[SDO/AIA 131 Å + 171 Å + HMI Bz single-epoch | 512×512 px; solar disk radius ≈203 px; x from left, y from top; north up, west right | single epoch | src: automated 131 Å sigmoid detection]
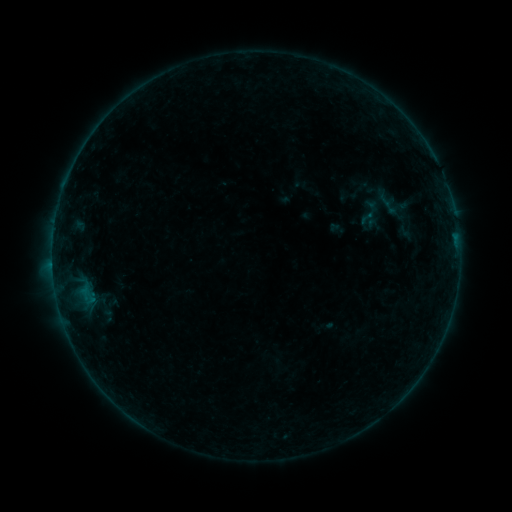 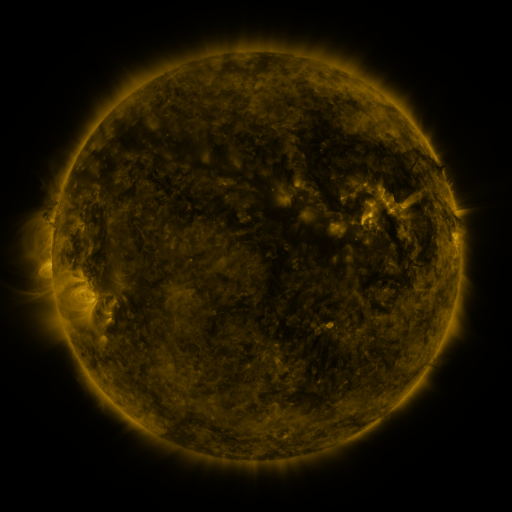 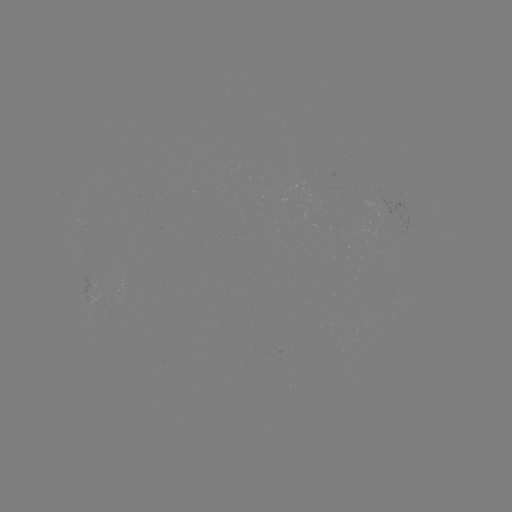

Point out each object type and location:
sigmoid: (355, 208, 378, 227)
